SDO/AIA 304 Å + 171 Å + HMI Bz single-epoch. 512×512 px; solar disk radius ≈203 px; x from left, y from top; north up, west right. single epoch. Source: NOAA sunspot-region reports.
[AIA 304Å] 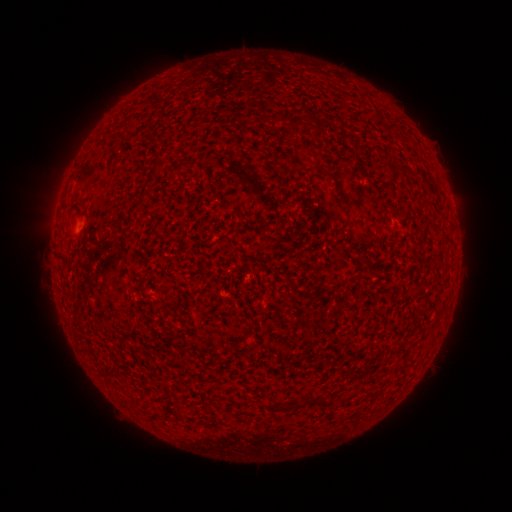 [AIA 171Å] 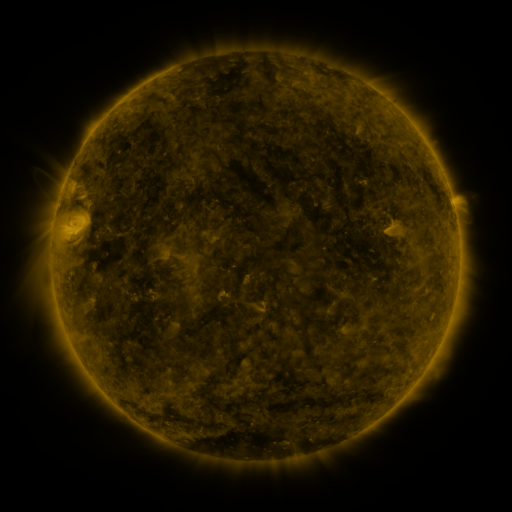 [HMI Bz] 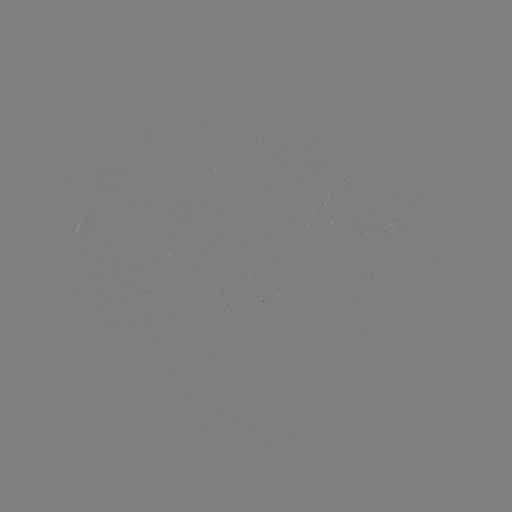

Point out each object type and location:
(none)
